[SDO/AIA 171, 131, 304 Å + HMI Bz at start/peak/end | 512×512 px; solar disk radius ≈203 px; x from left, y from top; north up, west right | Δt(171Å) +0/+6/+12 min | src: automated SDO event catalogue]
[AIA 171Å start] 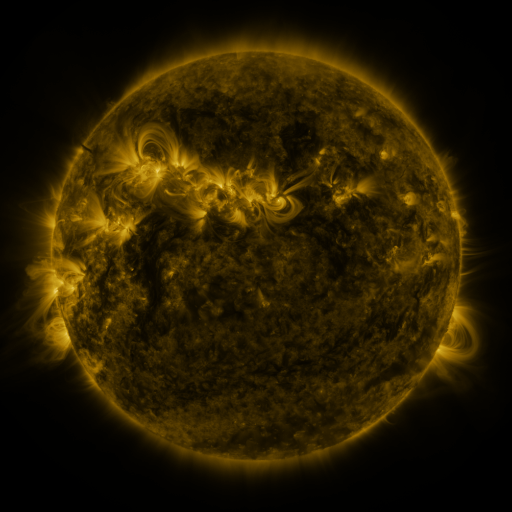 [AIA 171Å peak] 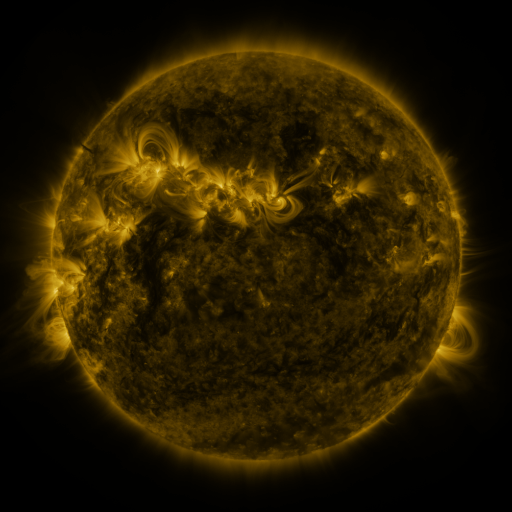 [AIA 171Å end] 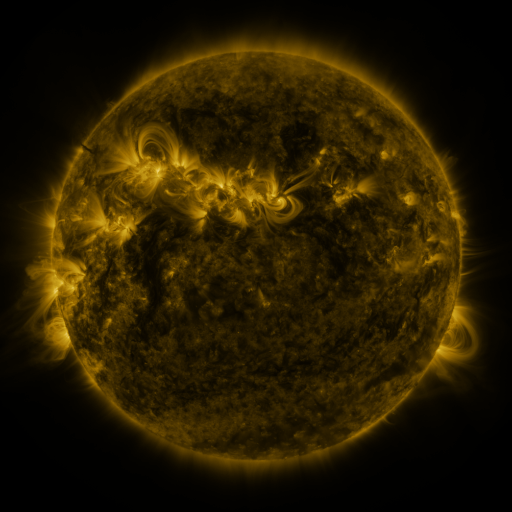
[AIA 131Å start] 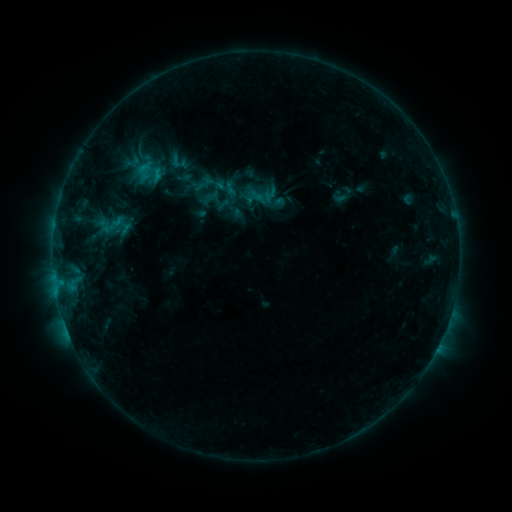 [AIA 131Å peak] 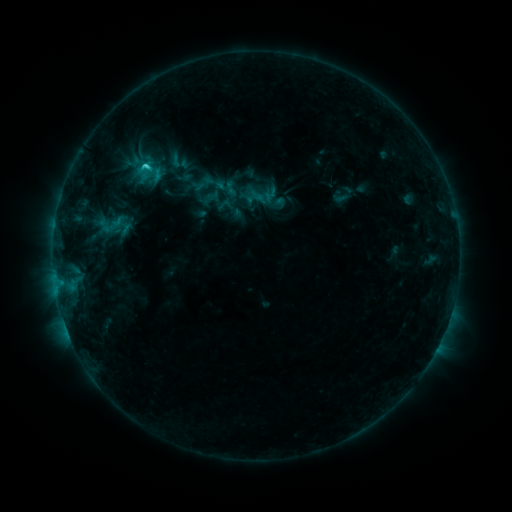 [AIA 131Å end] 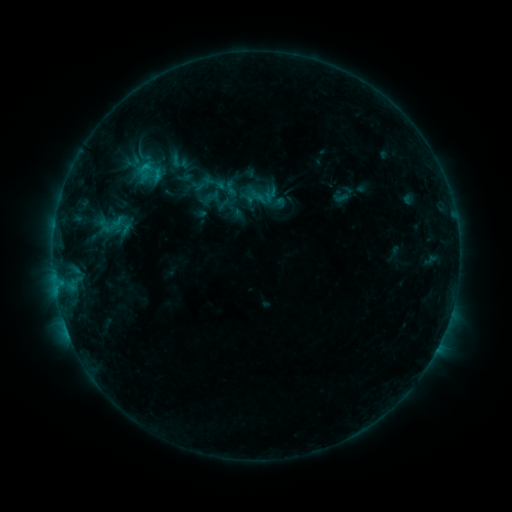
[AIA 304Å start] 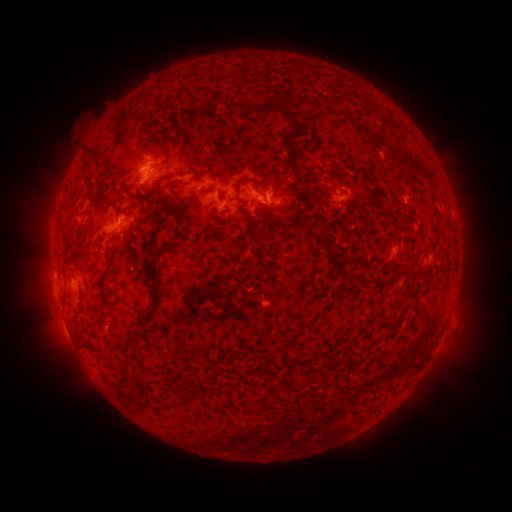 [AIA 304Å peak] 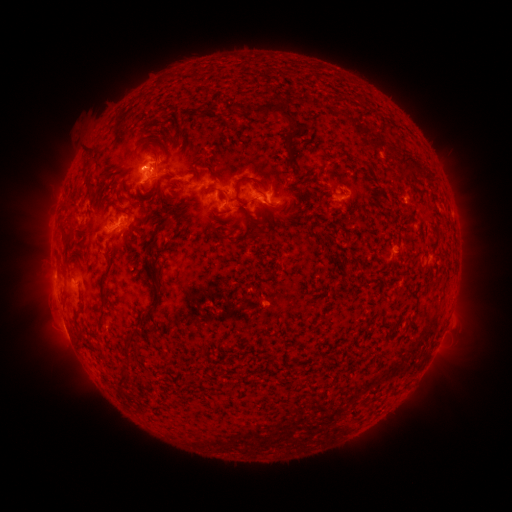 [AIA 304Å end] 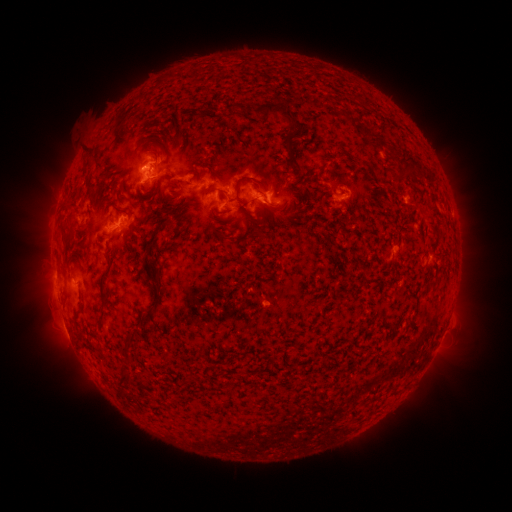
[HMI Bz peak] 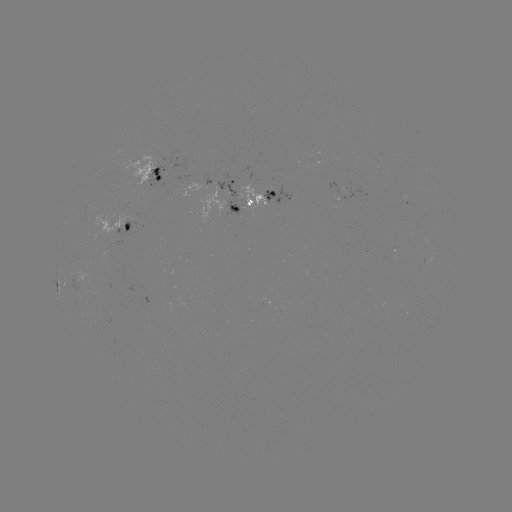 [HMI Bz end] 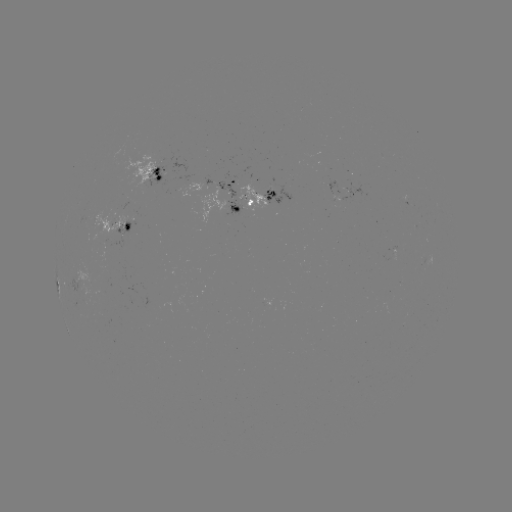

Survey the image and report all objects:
C1.5 flare: (144, 168)
